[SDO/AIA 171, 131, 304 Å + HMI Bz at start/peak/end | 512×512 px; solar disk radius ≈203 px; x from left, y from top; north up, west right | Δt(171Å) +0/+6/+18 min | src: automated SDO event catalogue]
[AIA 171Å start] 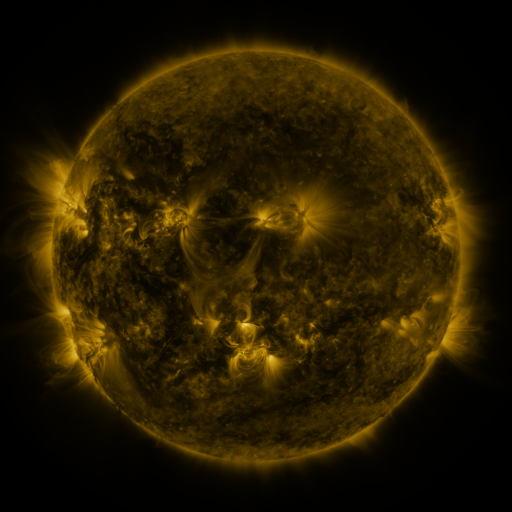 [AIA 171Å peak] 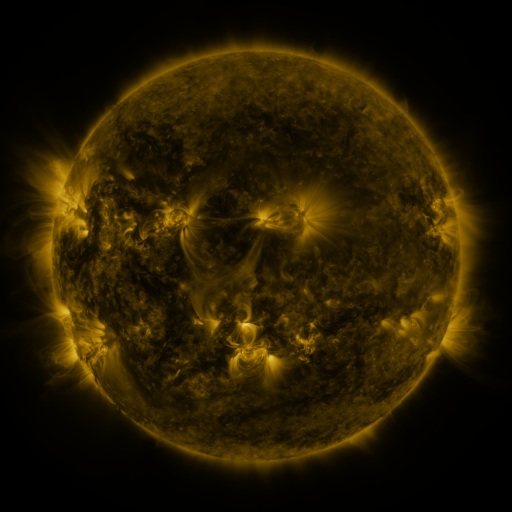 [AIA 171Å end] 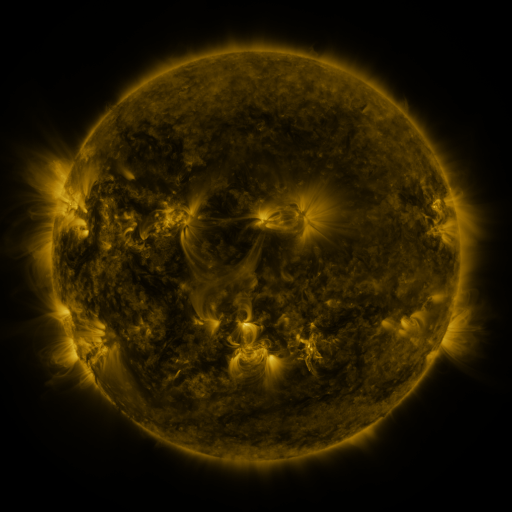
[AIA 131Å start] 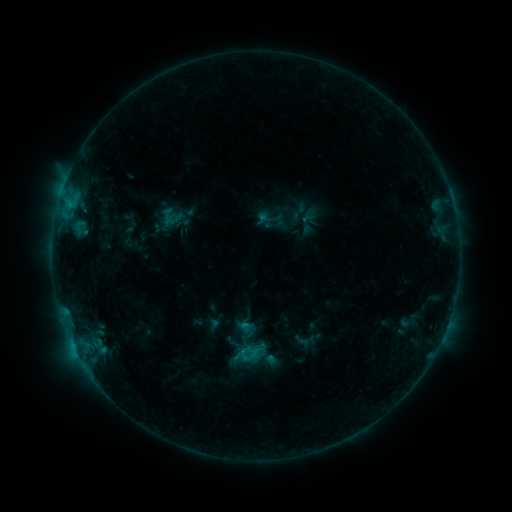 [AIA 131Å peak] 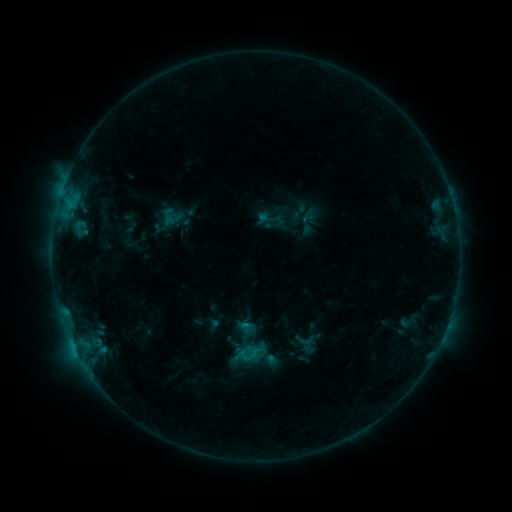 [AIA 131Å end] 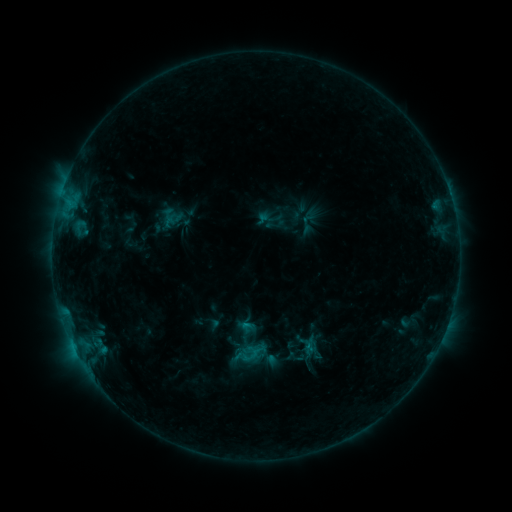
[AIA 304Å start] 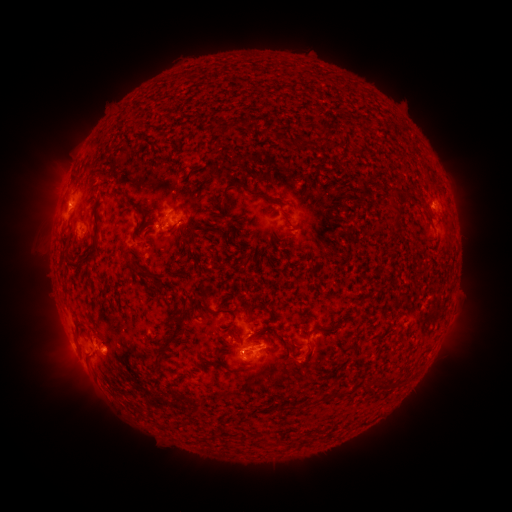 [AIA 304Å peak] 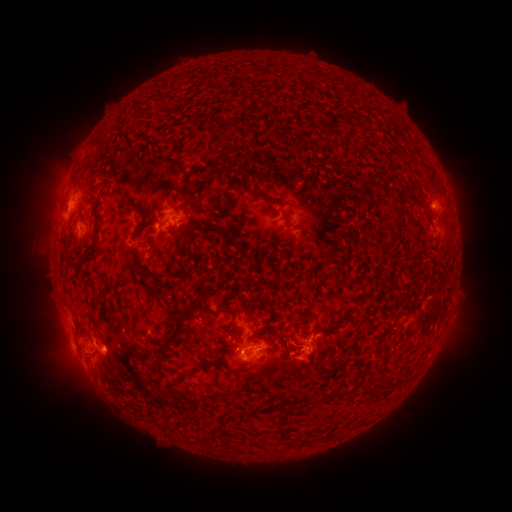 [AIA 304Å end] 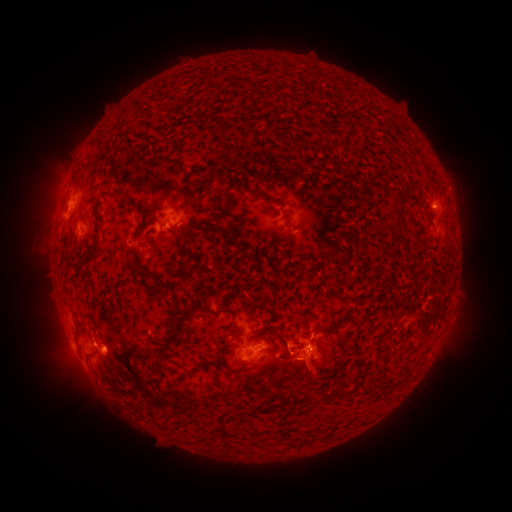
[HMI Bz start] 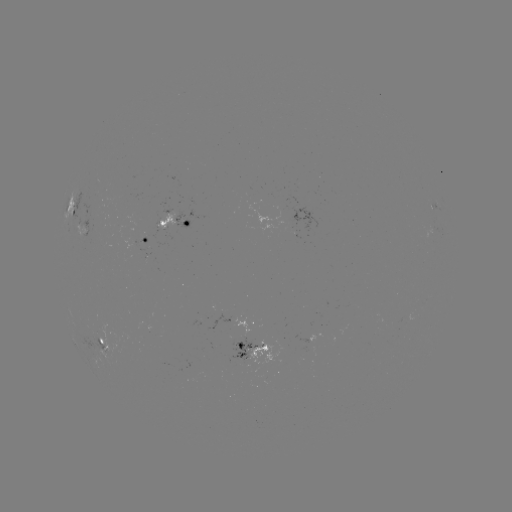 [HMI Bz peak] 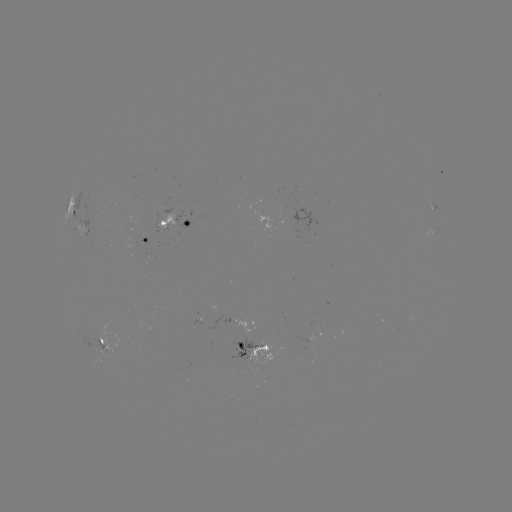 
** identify eruption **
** (316, 412) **